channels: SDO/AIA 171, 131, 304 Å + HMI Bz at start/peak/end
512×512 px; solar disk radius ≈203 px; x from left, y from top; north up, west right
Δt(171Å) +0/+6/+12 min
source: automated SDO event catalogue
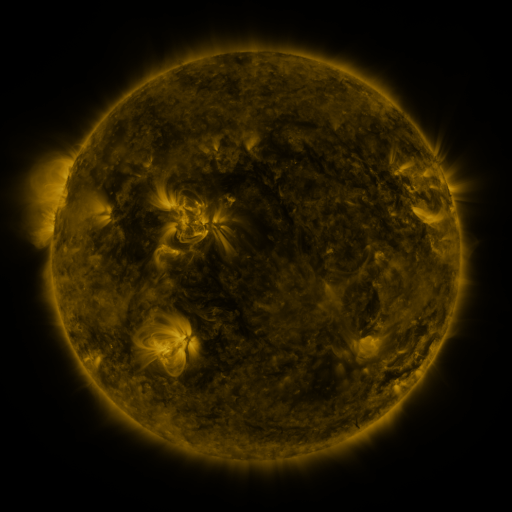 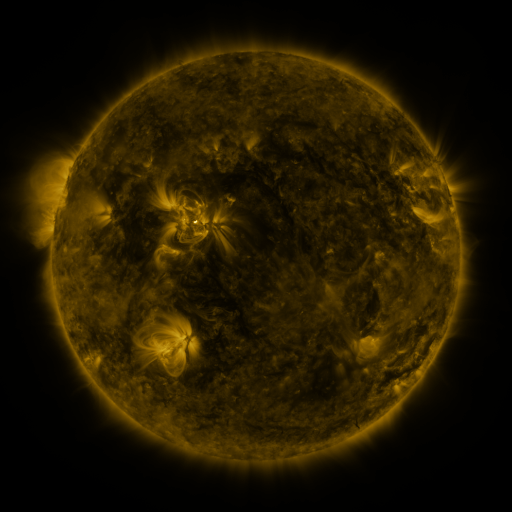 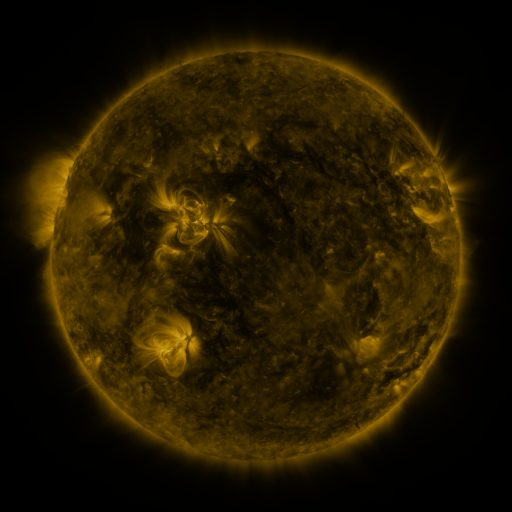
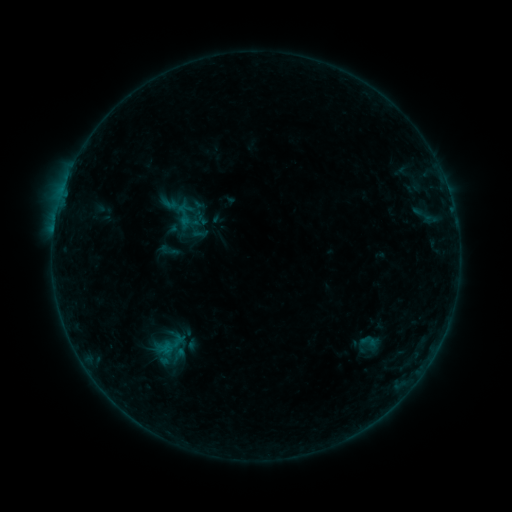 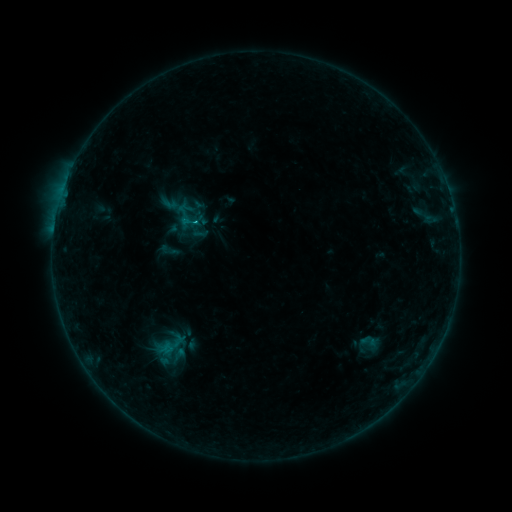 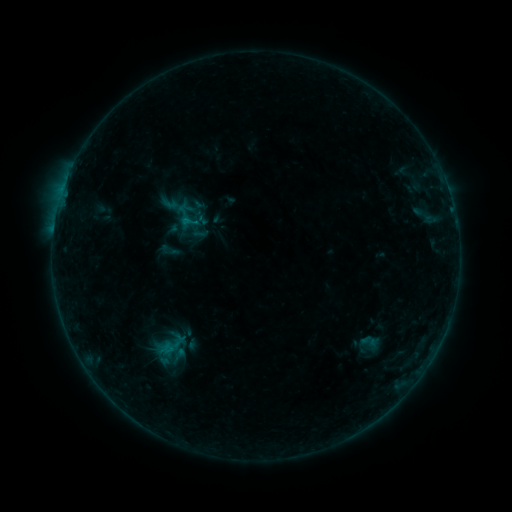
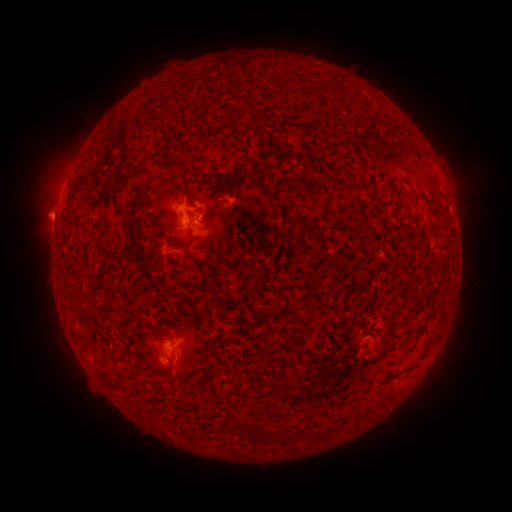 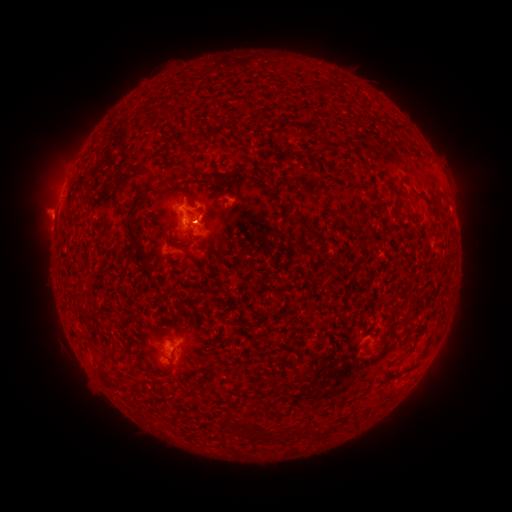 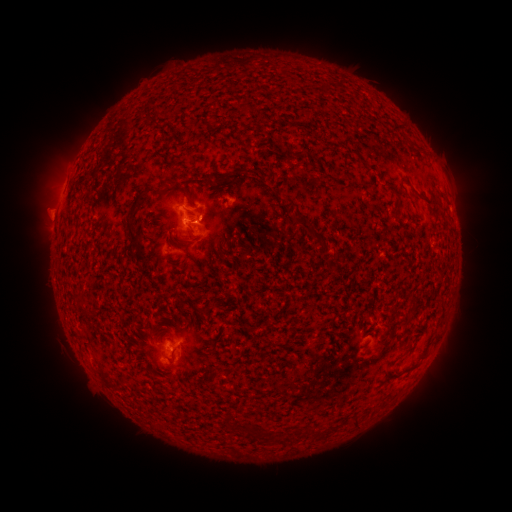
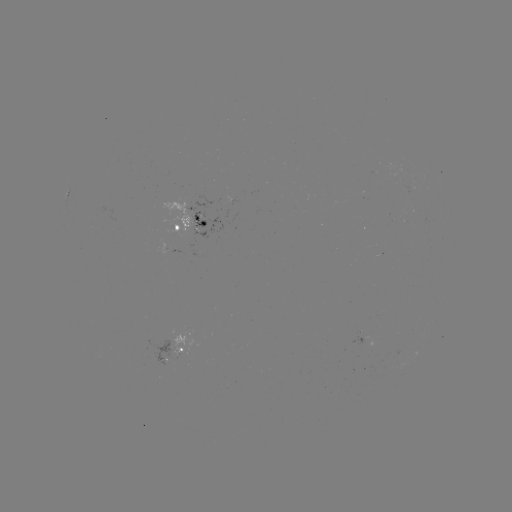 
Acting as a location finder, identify B7.4 flare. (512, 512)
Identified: (188, 222).